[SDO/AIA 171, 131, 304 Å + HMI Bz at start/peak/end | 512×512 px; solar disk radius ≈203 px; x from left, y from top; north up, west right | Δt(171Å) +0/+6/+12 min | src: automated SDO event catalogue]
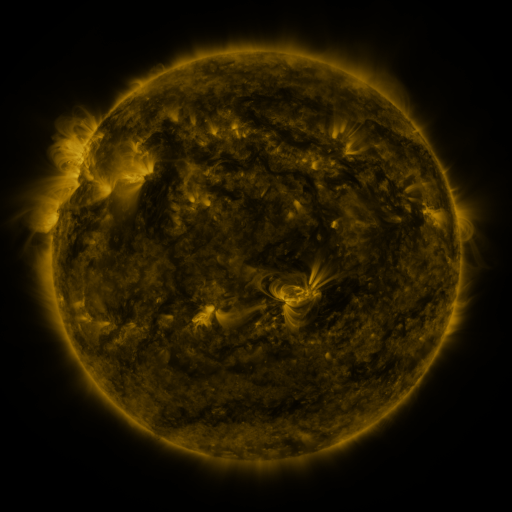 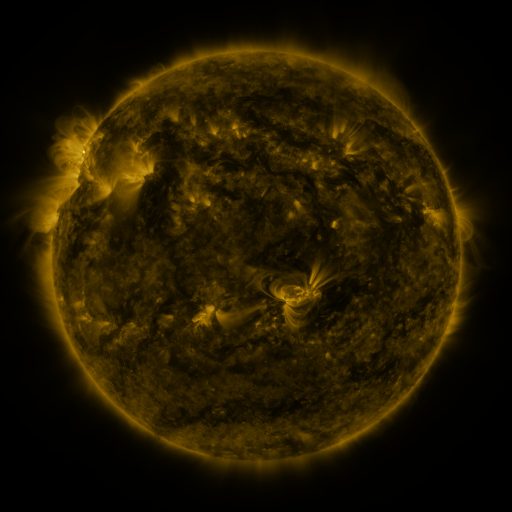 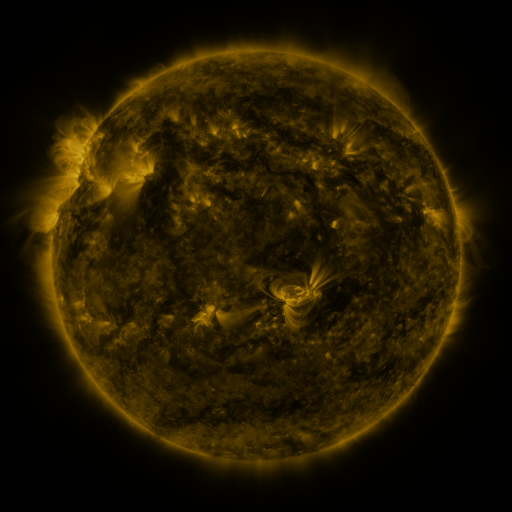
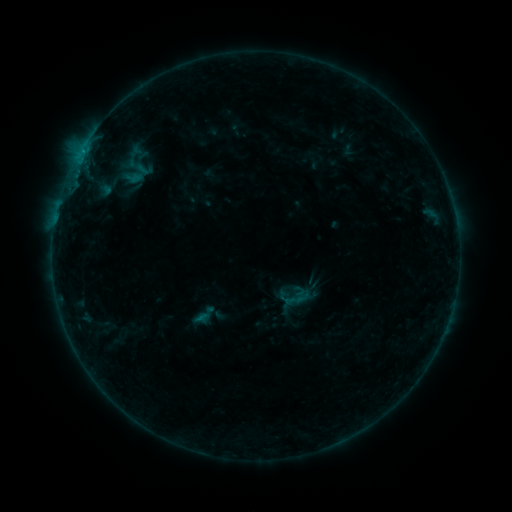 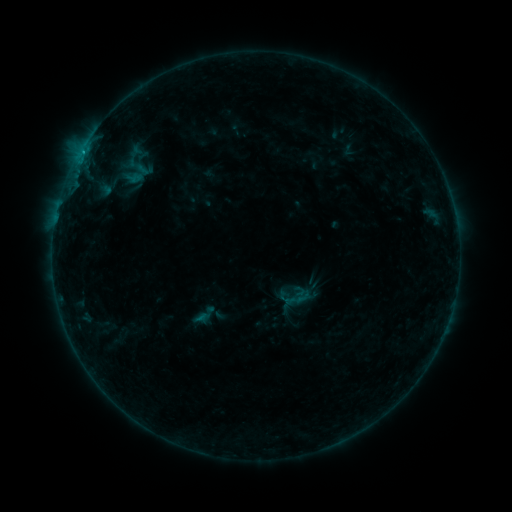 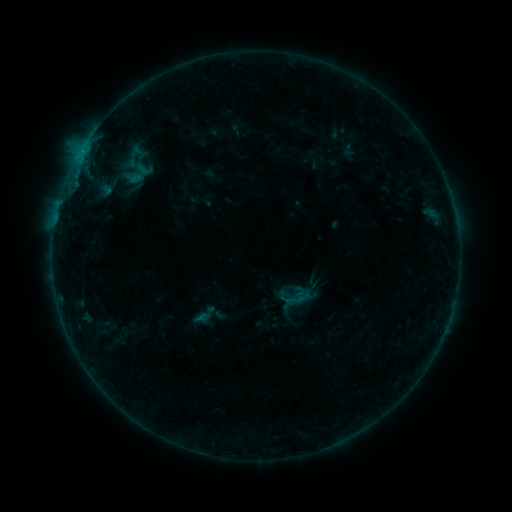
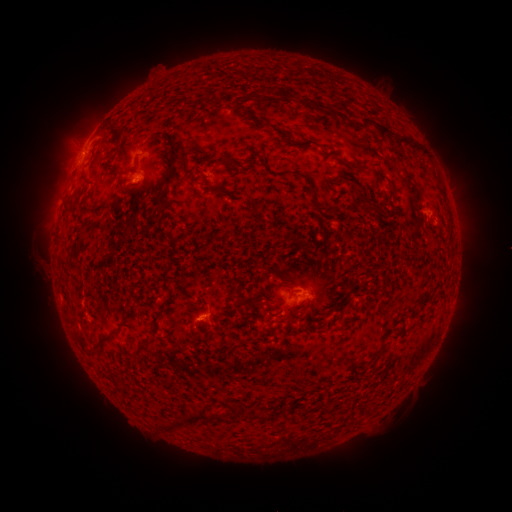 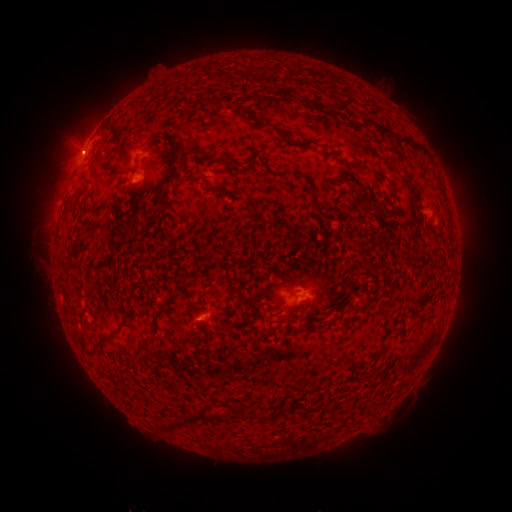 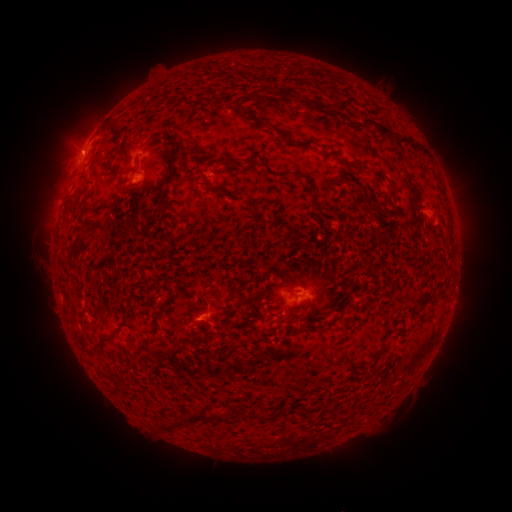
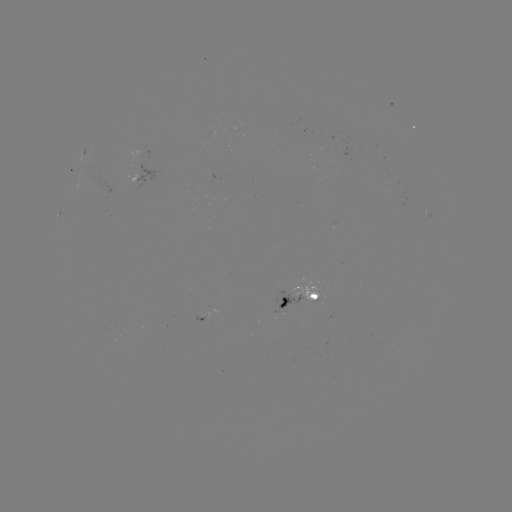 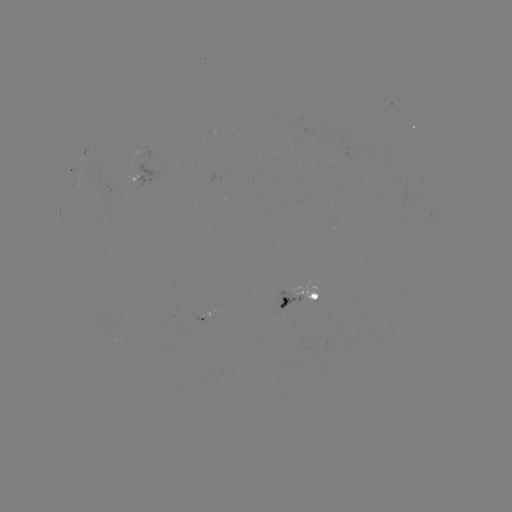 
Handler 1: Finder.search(B4.8 flare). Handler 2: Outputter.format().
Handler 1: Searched B4.8 flare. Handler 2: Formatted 82,153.